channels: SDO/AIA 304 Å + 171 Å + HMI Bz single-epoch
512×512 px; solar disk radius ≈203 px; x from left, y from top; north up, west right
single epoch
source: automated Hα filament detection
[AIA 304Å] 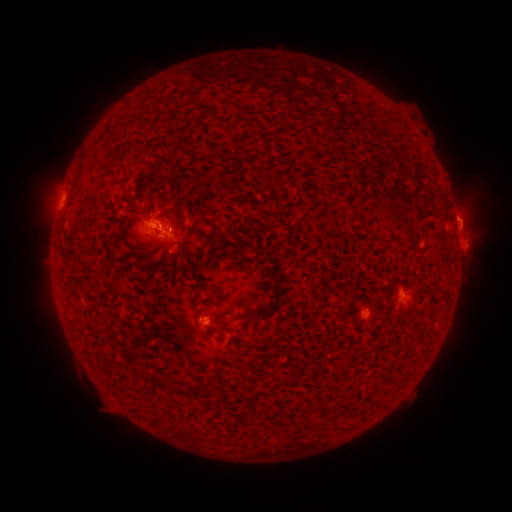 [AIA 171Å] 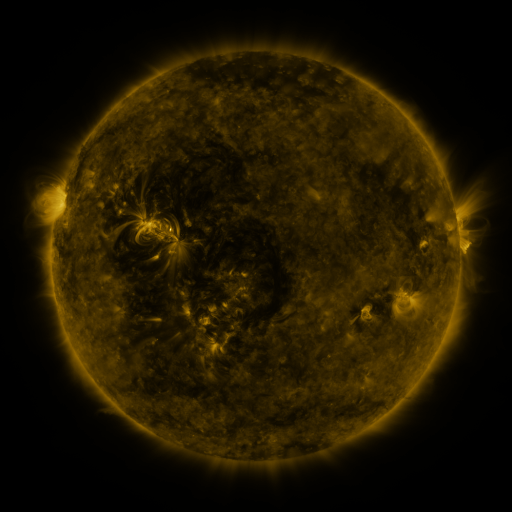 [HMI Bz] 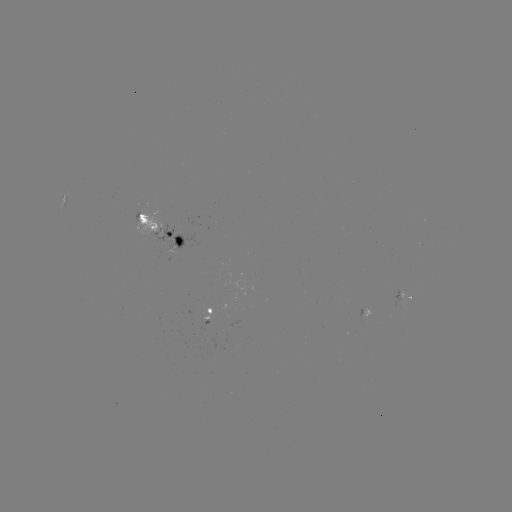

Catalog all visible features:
filament: <bbox>112, 122, 122, 131</bbox>
filament: <bbox>150, 175, 158, 187</bbox>
filament: <bbox>167, 194, 177, 202</bbox>
filament: <bbox>385, 204, 397, 215</bbox>
filament: <bbox>210, 229, 228, 259</bbox>
filament: <bbox>105, 233, 117, 242</bbox>
filament: <bbox>166, 250, 180, 260</bbox>
filament: <bbox>208, 322, 231, 330</bbox>
filament: <bbox>167, 380, 191, 398</bbox>
